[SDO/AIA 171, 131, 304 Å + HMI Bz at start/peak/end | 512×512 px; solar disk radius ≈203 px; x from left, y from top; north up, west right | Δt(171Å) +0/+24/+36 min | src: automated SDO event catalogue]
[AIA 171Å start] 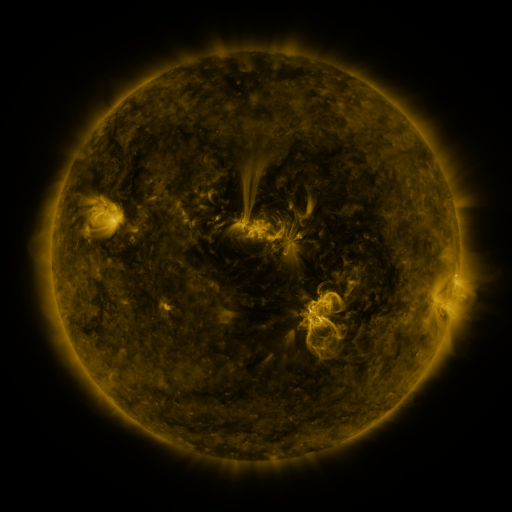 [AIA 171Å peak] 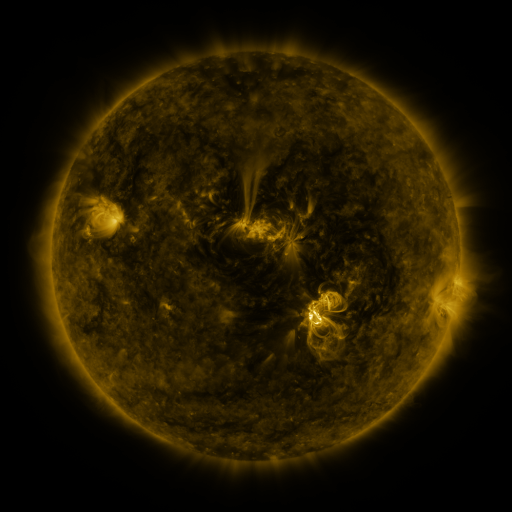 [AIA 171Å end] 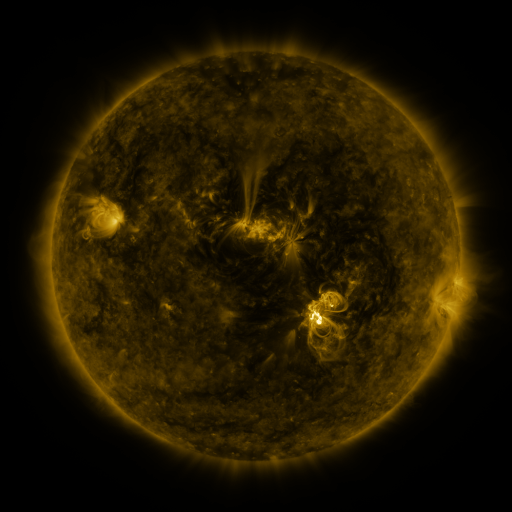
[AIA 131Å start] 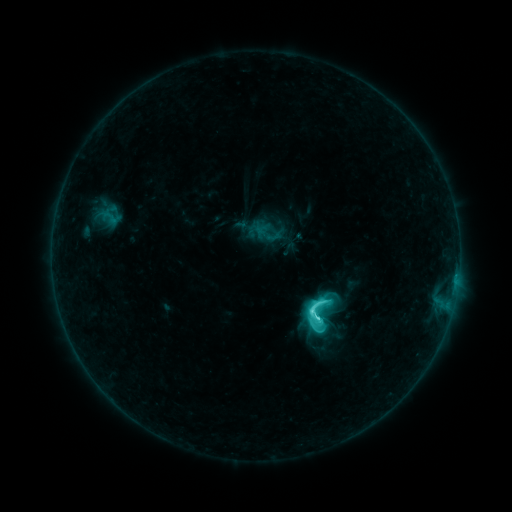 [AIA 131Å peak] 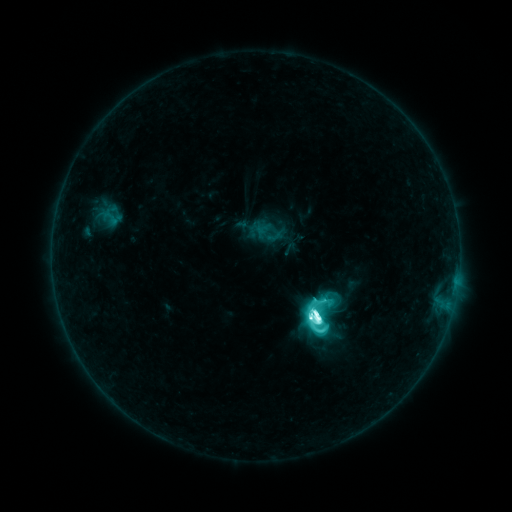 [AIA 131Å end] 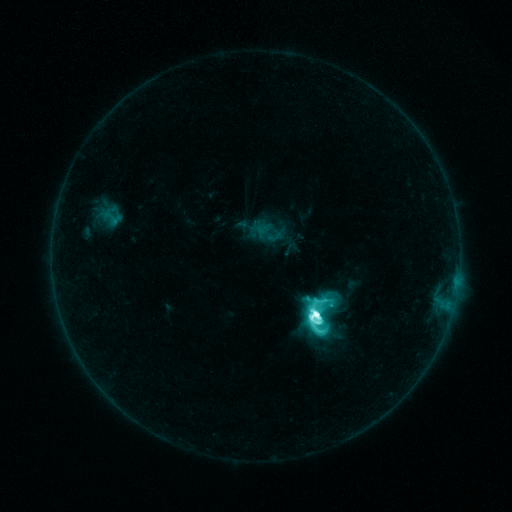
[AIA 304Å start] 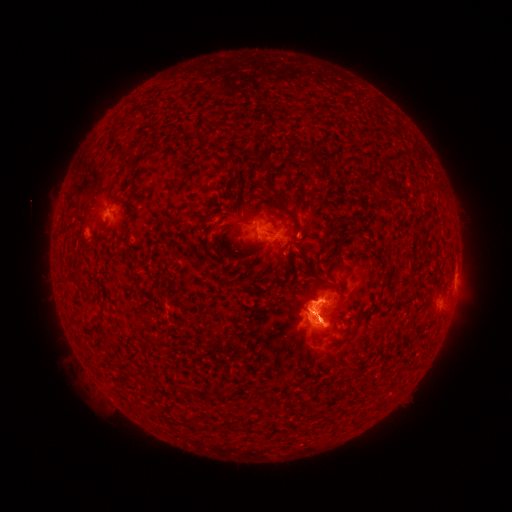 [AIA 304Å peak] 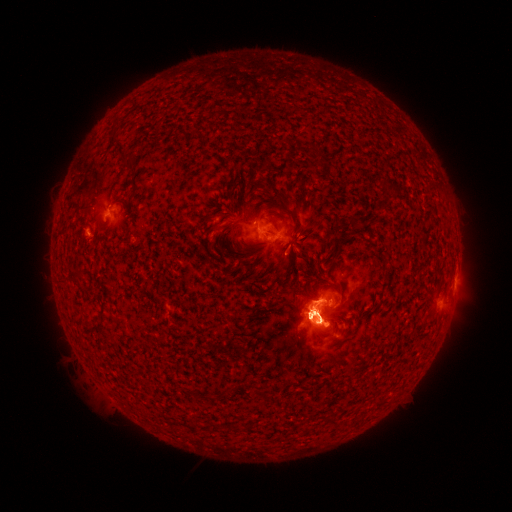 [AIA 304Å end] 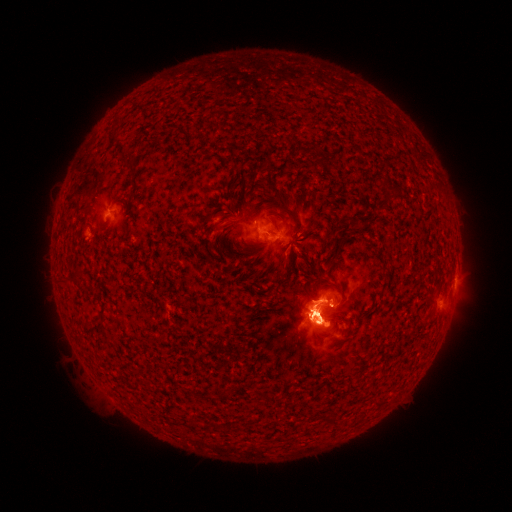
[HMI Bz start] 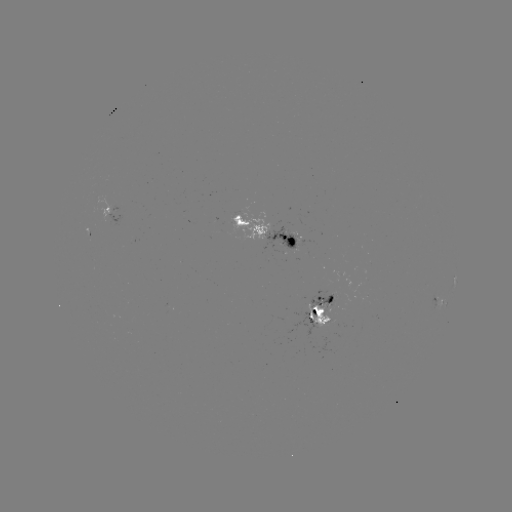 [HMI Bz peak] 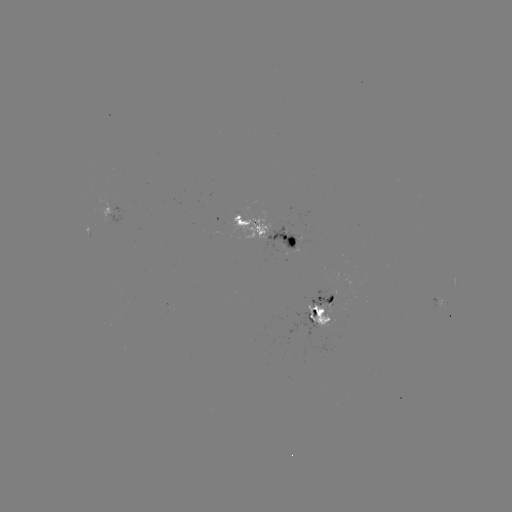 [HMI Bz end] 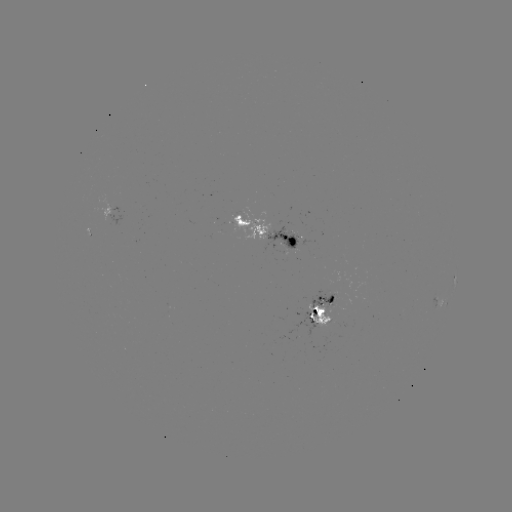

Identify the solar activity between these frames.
M3.2 flare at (317, 318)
